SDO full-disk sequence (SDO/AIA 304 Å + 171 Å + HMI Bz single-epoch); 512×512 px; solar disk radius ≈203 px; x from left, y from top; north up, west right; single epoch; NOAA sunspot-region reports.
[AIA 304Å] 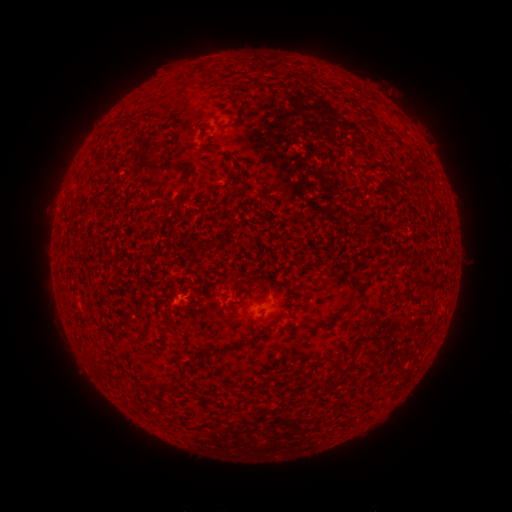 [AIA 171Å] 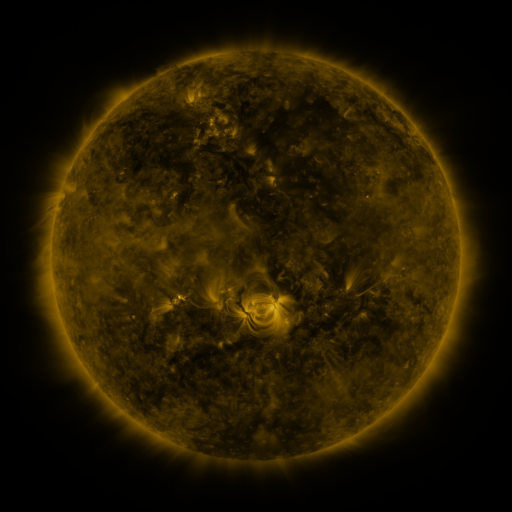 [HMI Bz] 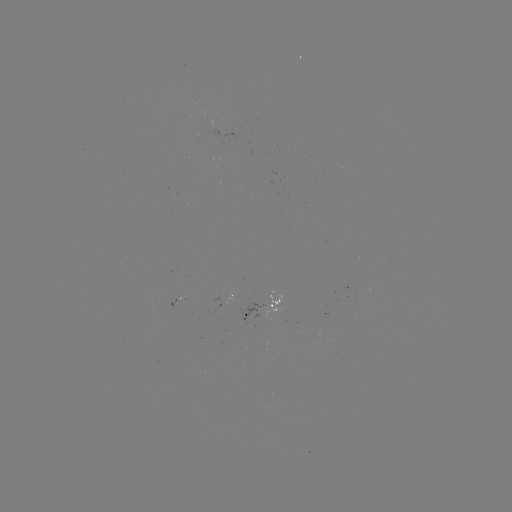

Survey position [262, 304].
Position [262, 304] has spotted active region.